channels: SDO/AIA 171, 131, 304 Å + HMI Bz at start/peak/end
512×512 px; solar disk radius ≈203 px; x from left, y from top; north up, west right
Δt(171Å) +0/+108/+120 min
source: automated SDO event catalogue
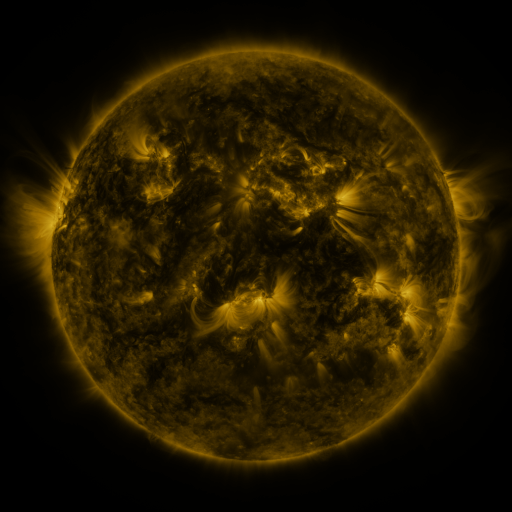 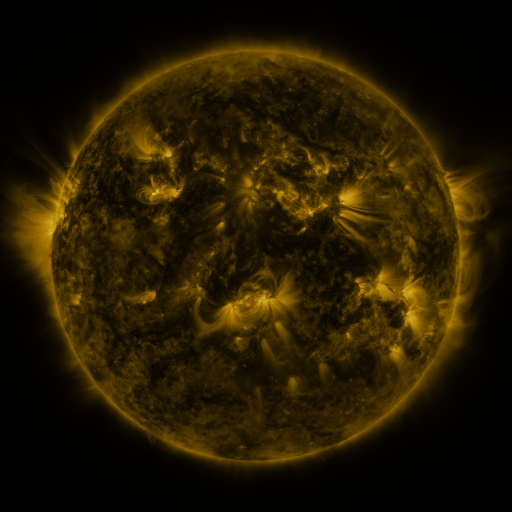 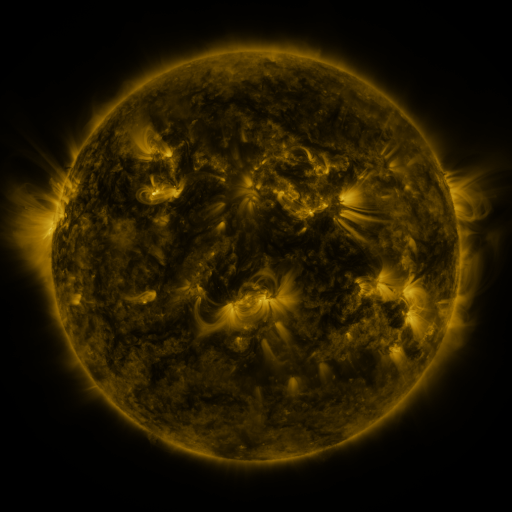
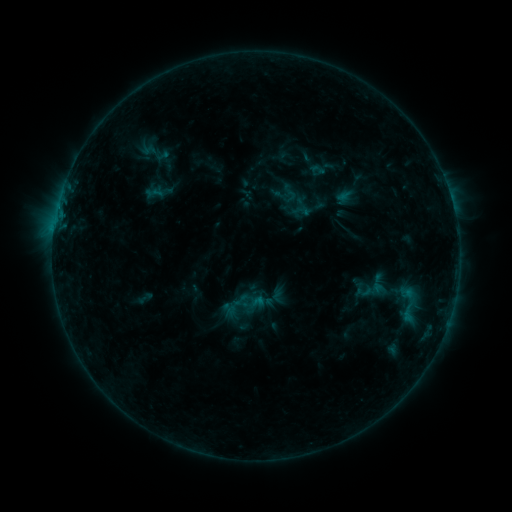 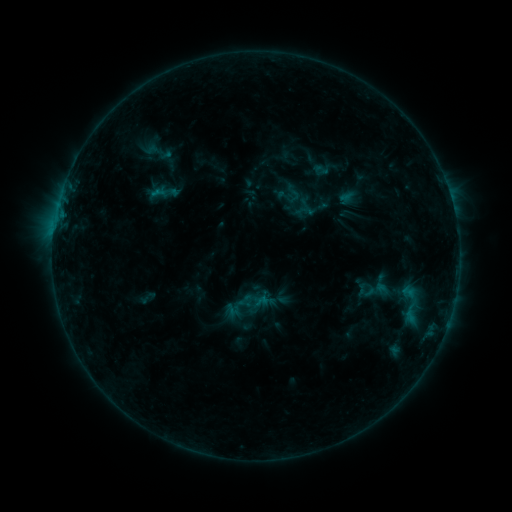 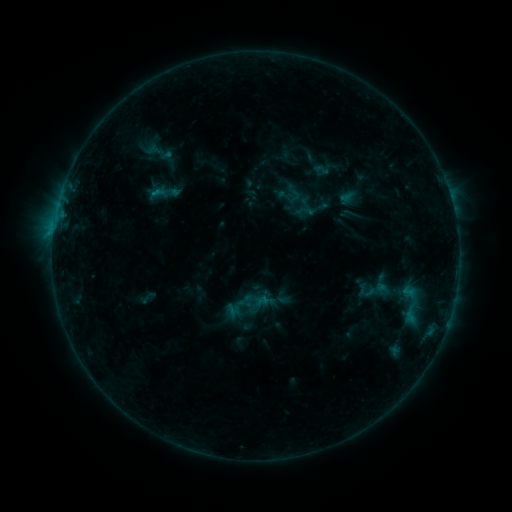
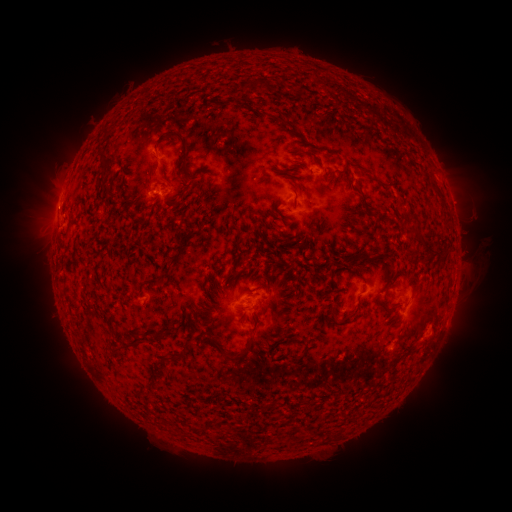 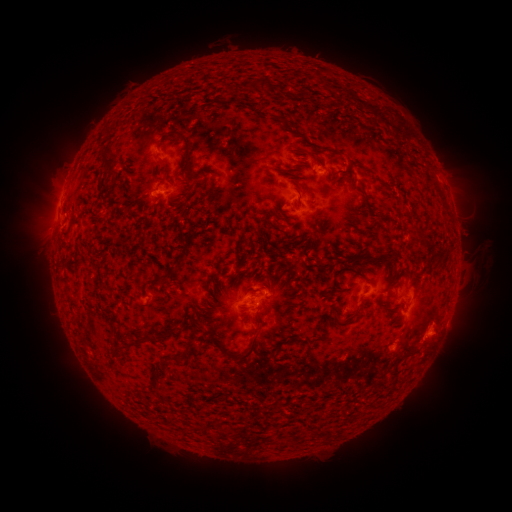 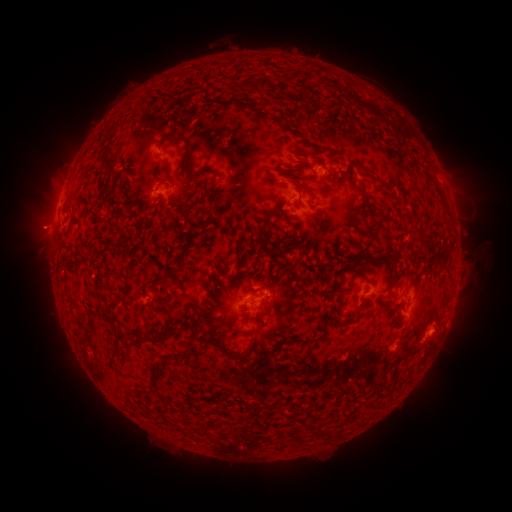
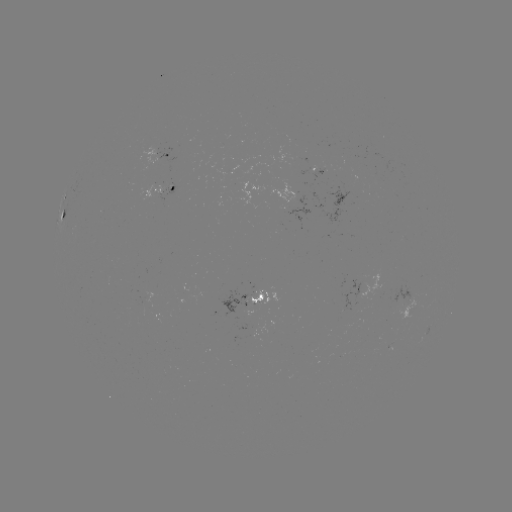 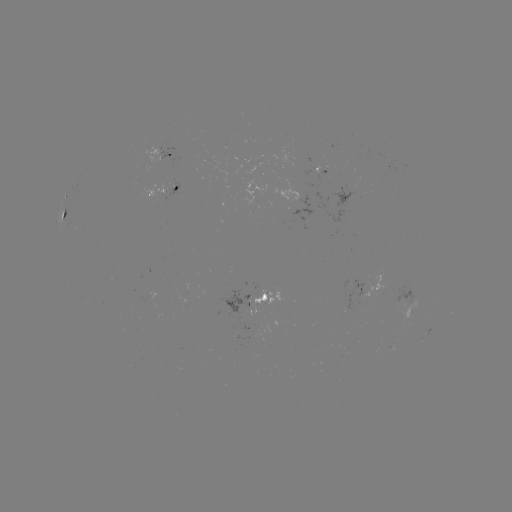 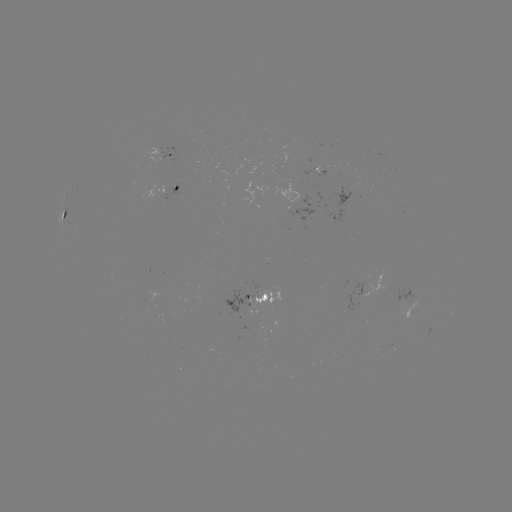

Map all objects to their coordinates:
emerging-flux region: (410, 311)
